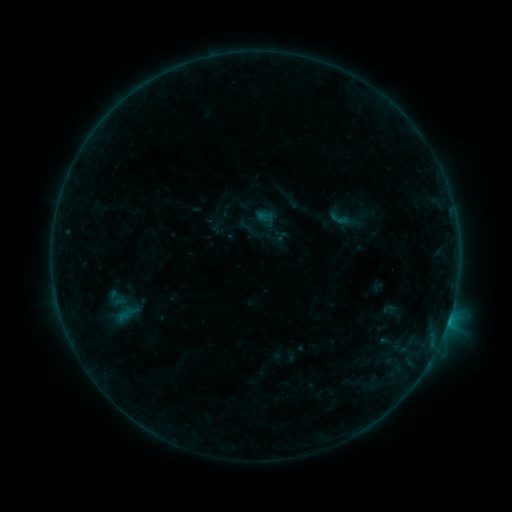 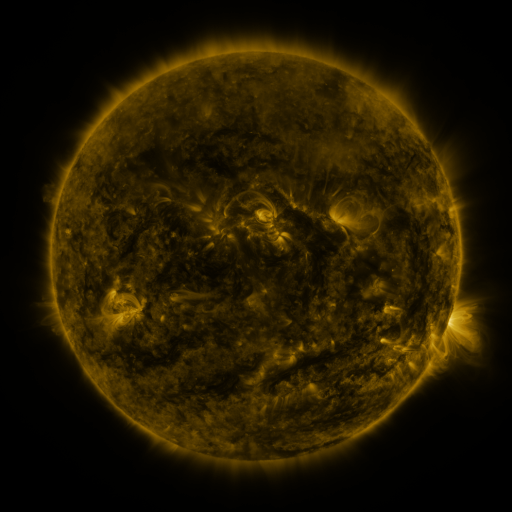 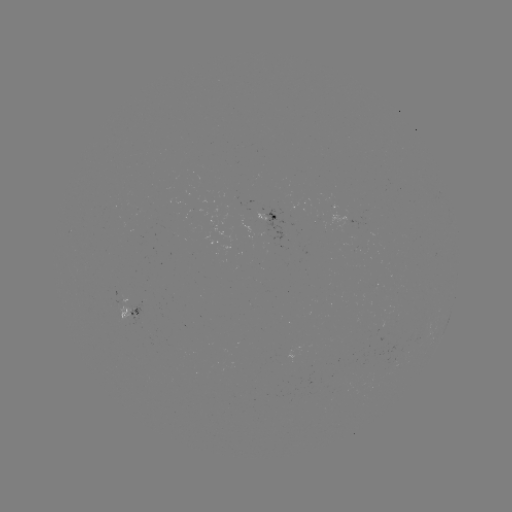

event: sigmoid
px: (339, 219)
